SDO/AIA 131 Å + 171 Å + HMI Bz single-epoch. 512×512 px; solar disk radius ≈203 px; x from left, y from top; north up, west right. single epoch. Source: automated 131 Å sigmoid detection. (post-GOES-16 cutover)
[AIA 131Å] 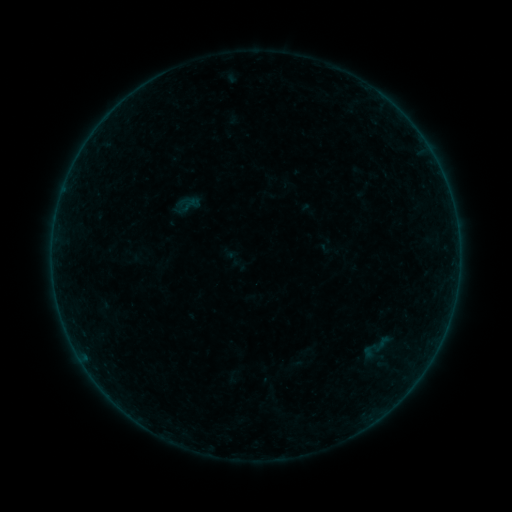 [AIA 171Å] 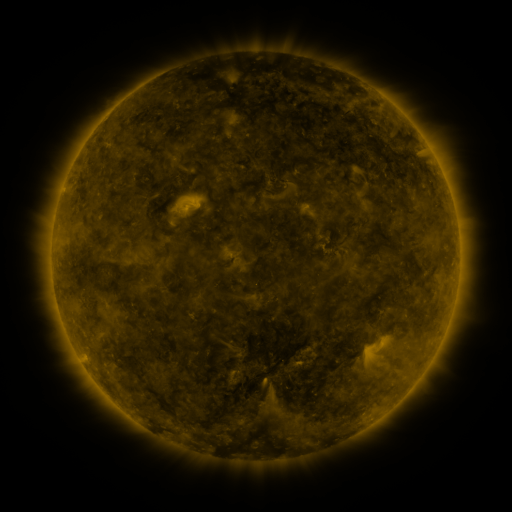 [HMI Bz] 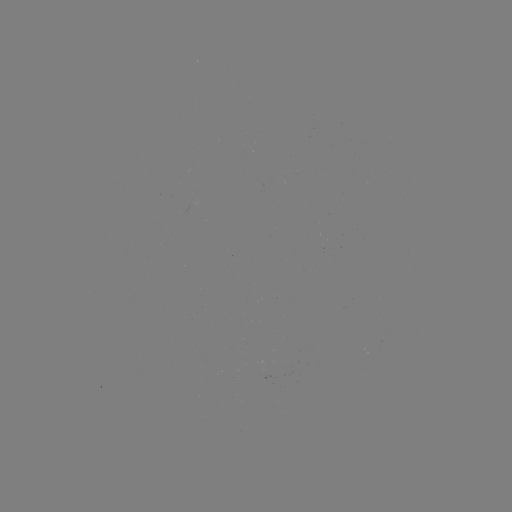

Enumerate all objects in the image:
sigmoid: (175, 193, 202, 221)
sigmoid: (359, 331, 392, 363)
